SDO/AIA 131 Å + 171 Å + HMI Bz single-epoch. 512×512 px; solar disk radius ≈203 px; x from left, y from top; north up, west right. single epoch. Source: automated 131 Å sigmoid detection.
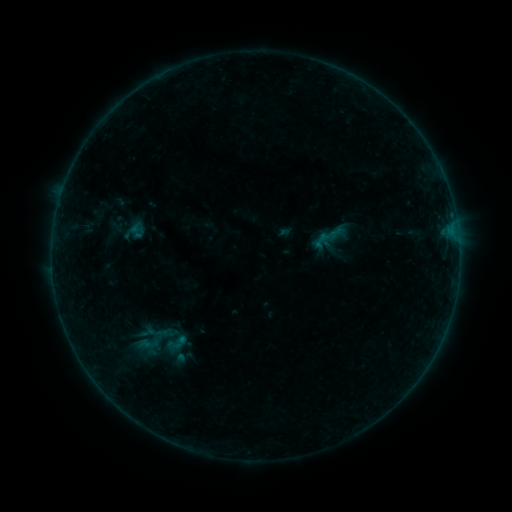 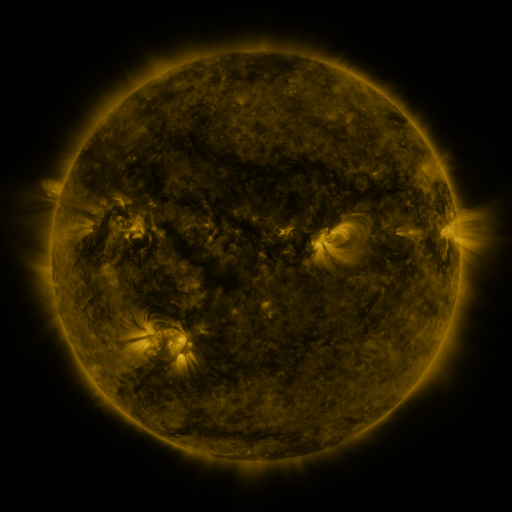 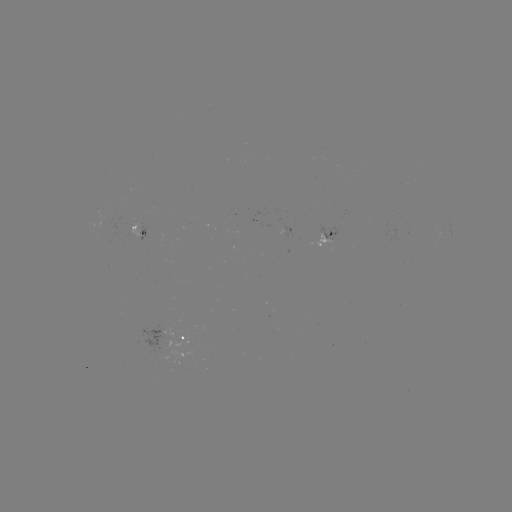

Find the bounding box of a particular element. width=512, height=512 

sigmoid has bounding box [161, 331, 189, 356].